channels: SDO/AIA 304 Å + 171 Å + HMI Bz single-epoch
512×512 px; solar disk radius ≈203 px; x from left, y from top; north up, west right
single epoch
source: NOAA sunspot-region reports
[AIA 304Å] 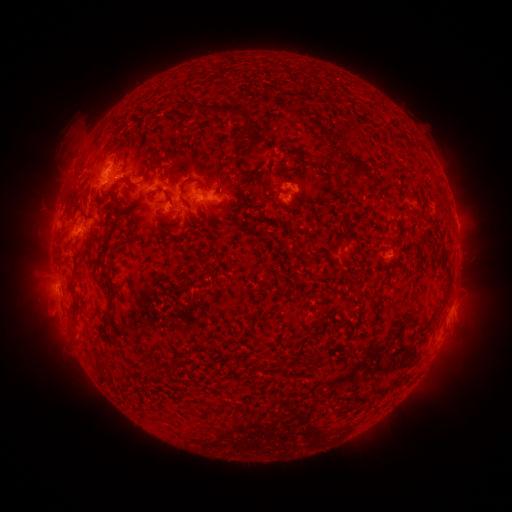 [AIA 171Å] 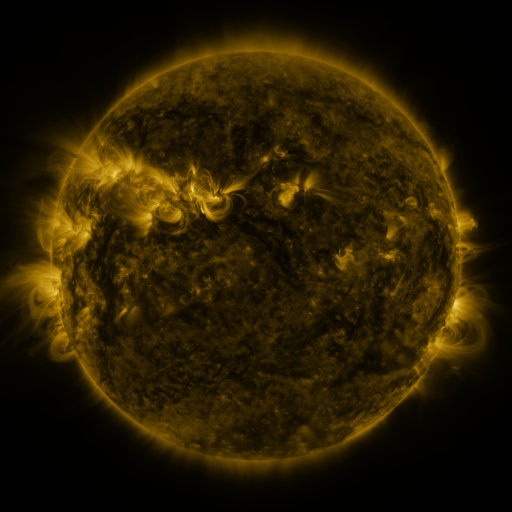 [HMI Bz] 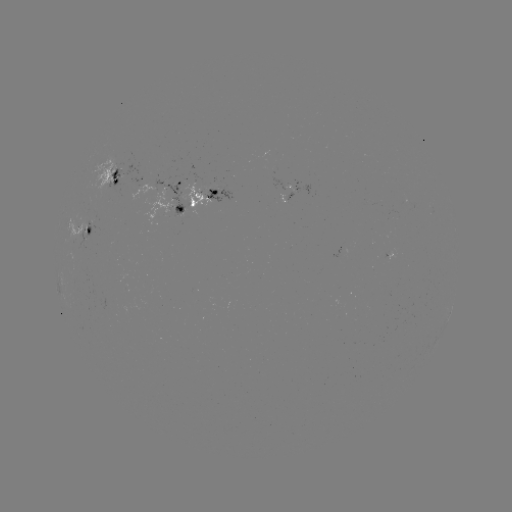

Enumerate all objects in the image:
spotted active region: (116, 180)
spotted active region: (300, 188)
spotted active region: (201, 195)
spotted active region: (87, 227)
spotted active region: (449, 313)
